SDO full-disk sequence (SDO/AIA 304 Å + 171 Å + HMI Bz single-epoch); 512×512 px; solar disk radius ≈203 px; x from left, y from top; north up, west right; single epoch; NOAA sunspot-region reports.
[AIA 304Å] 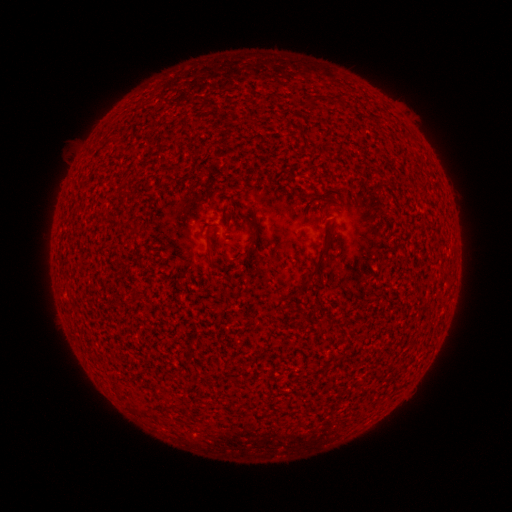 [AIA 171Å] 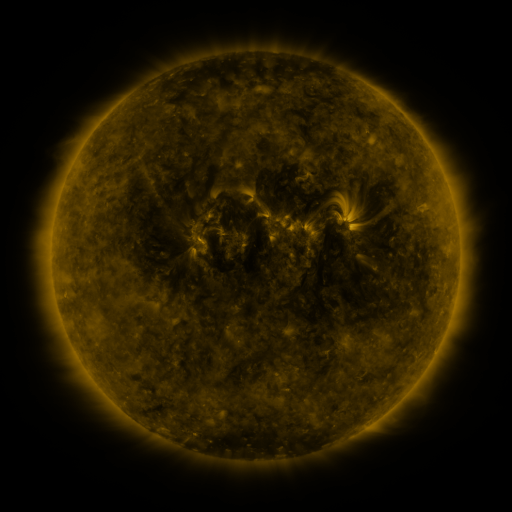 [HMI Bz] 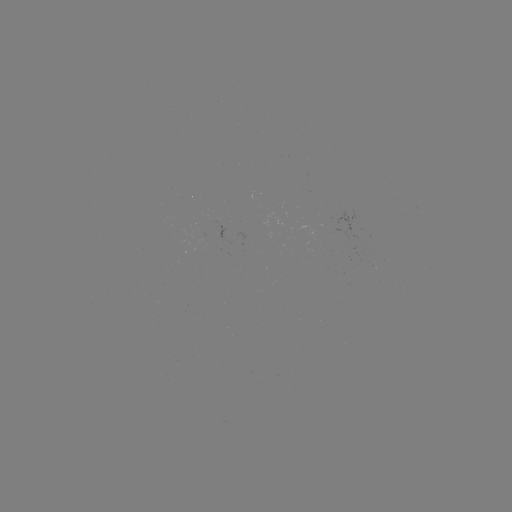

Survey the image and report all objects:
(none)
